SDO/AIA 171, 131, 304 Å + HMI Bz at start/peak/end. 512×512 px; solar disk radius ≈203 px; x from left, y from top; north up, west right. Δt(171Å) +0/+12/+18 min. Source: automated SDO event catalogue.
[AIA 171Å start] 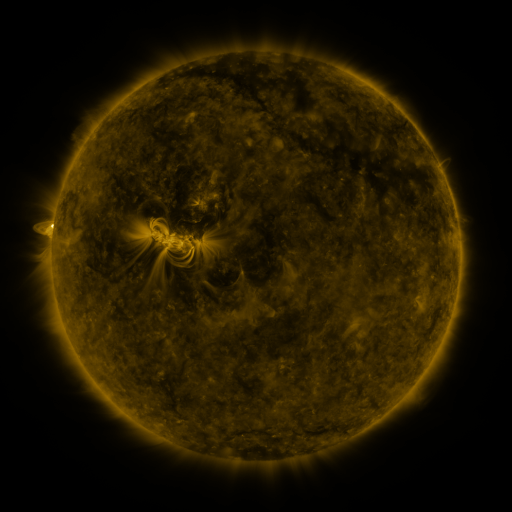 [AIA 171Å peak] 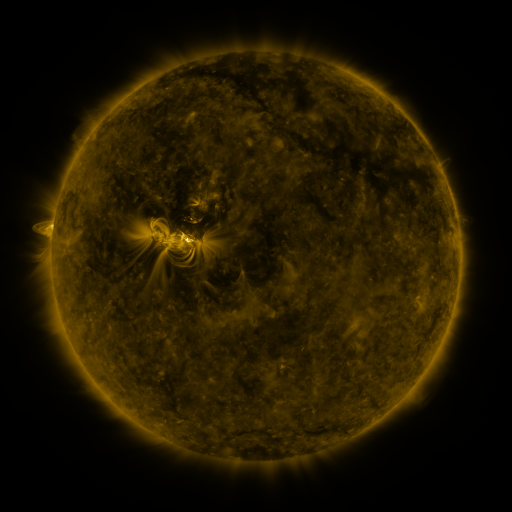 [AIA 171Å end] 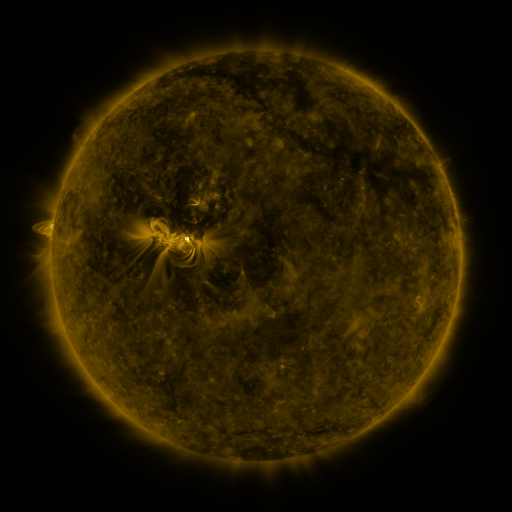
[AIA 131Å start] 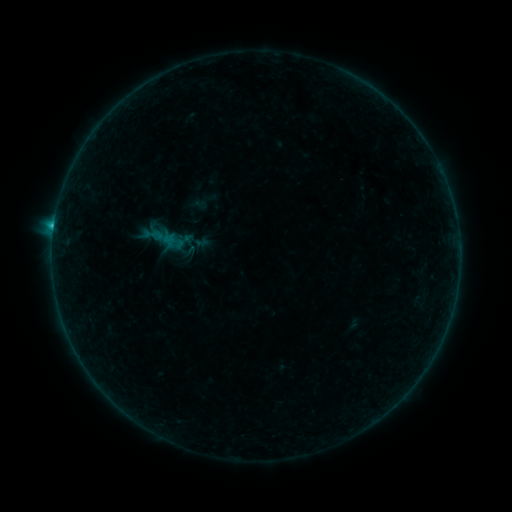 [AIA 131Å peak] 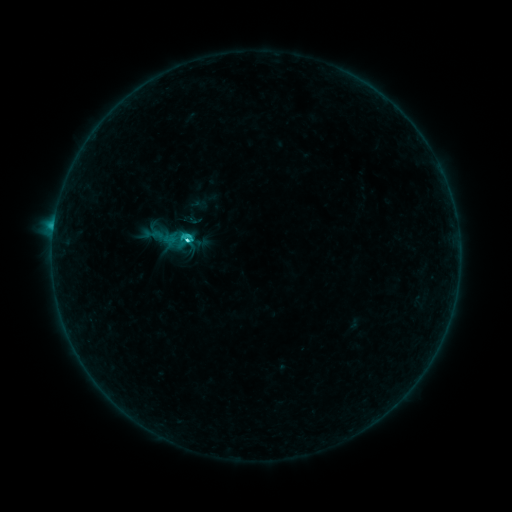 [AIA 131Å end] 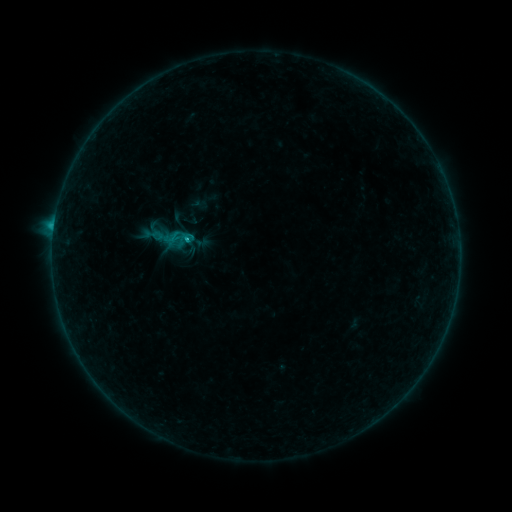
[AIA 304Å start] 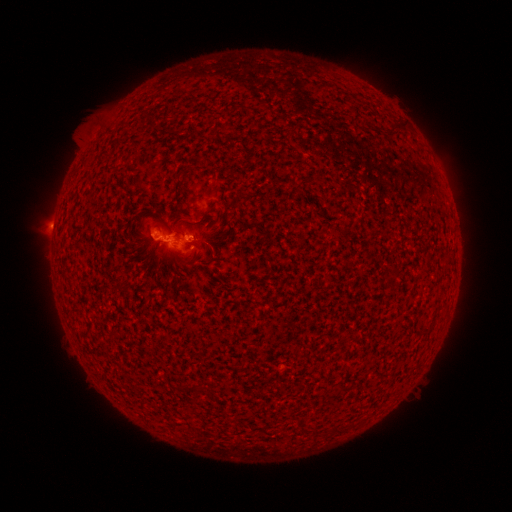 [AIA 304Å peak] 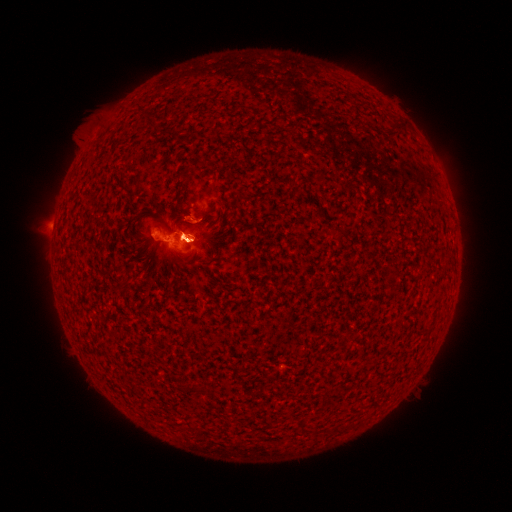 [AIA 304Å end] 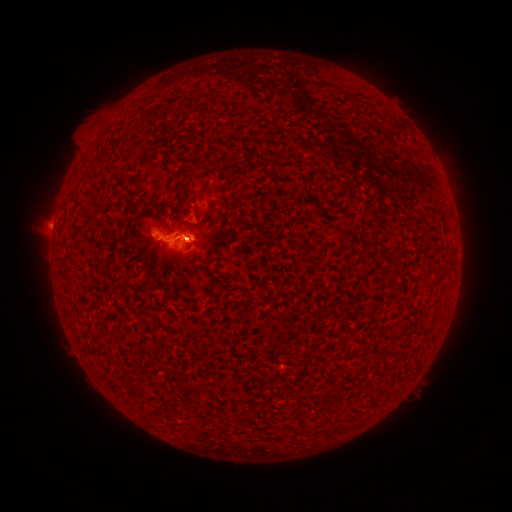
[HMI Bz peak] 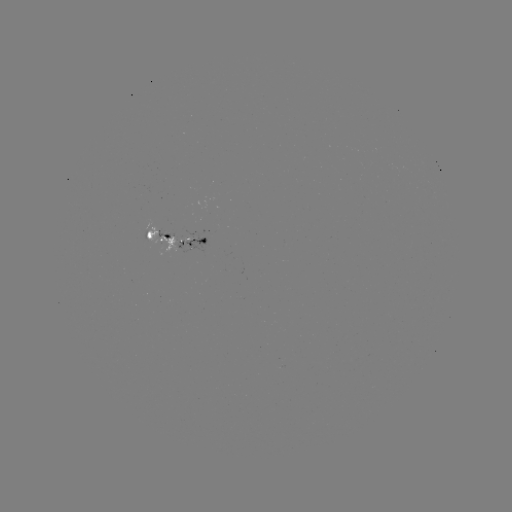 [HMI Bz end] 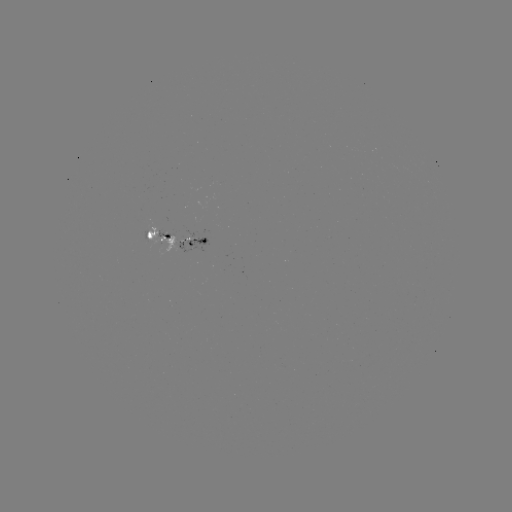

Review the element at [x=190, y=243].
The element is C2.9 flare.